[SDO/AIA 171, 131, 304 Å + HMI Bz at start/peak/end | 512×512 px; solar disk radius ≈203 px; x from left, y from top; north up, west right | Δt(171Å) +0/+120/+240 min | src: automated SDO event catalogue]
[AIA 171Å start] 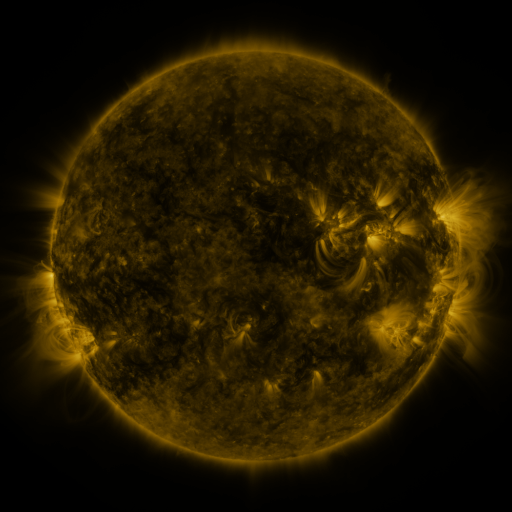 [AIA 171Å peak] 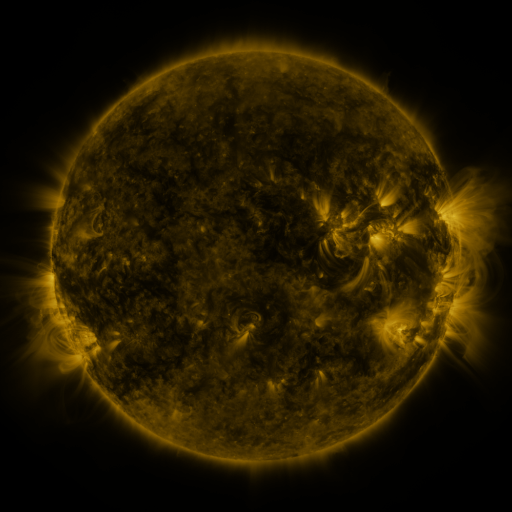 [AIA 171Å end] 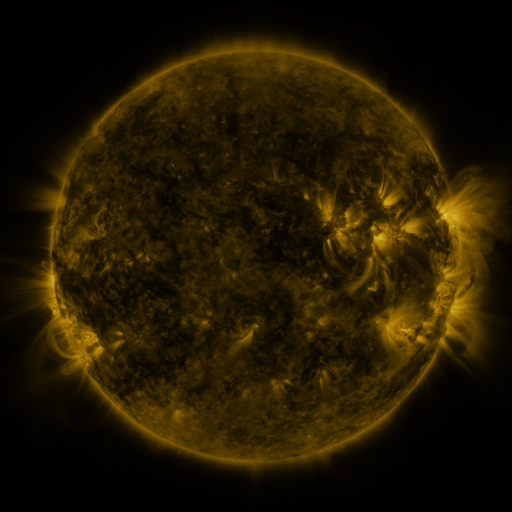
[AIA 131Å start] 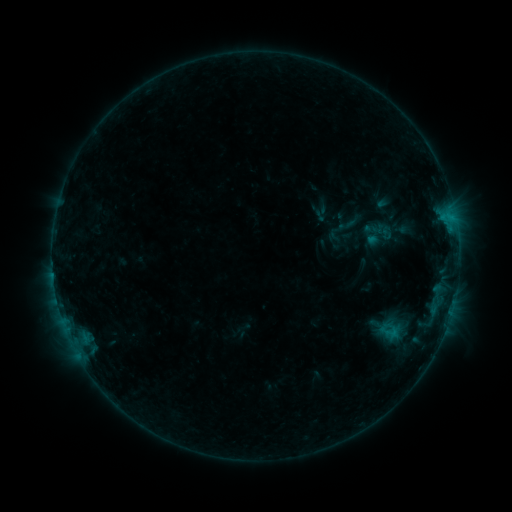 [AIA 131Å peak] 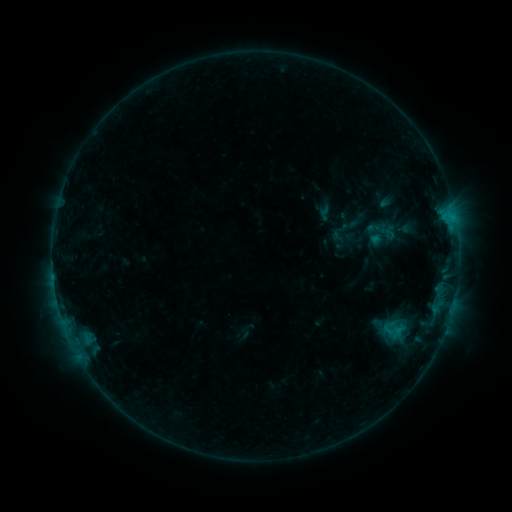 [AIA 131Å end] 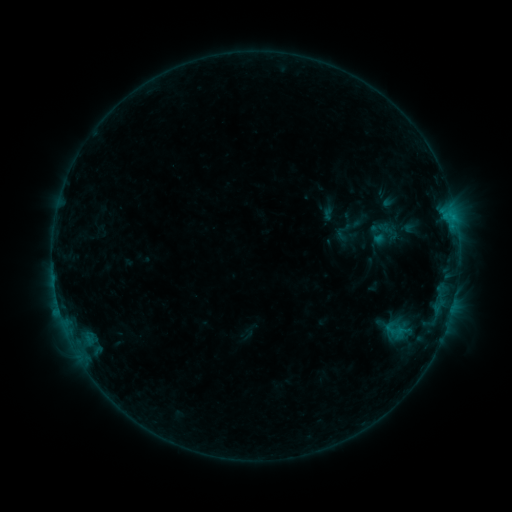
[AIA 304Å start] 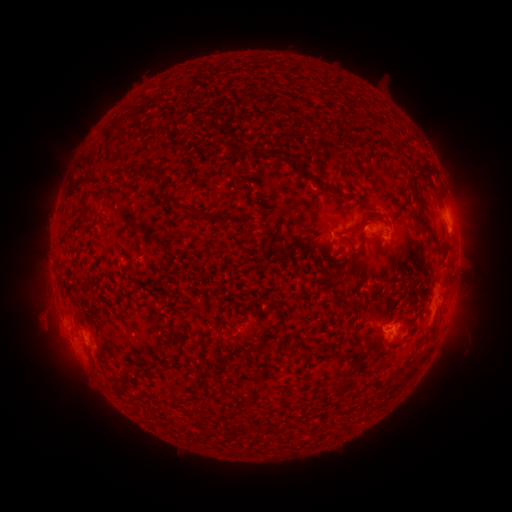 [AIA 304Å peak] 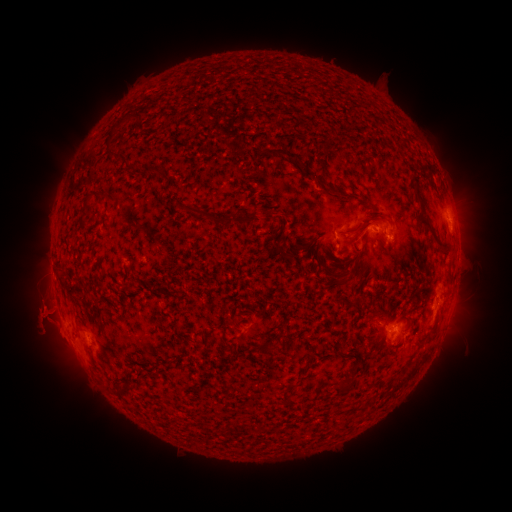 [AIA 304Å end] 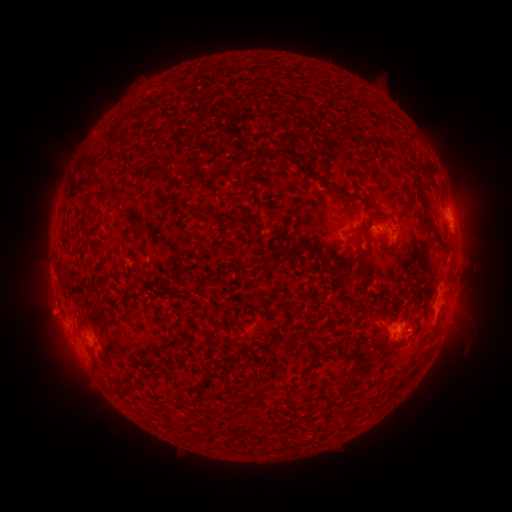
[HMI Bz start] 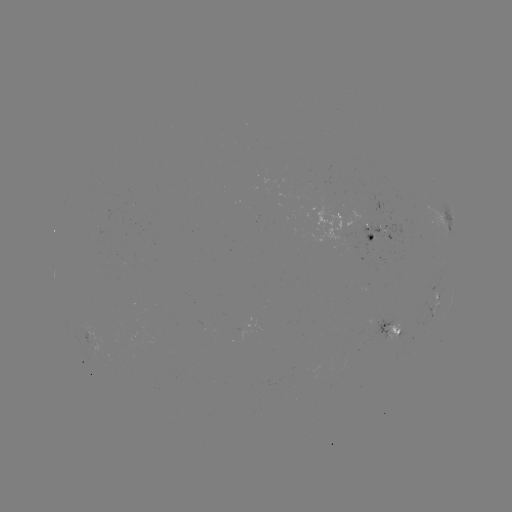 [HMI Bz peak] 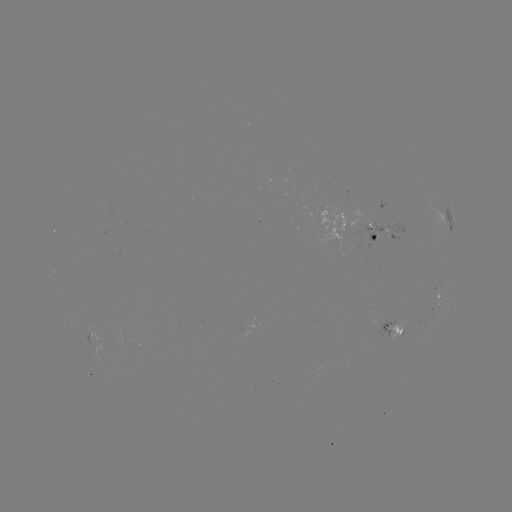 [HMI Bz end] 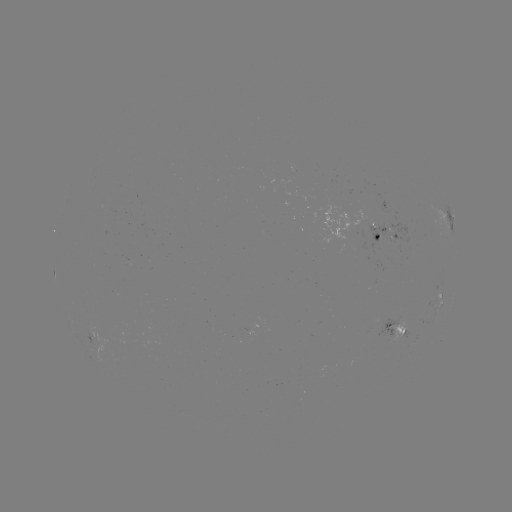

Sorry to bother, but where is filament eruption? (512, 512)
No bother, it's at [81, 321].